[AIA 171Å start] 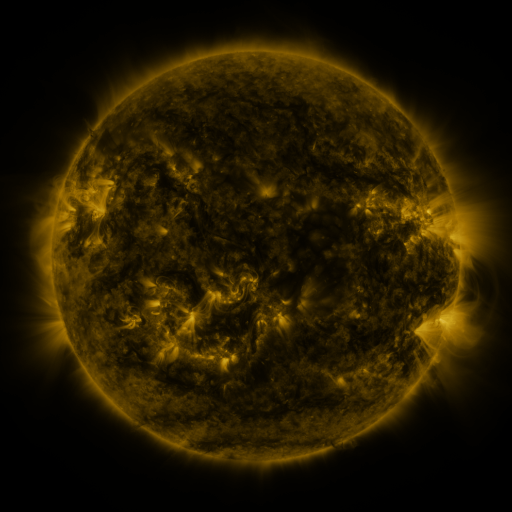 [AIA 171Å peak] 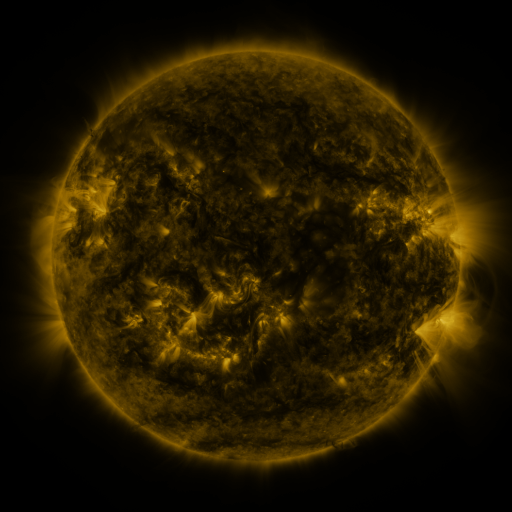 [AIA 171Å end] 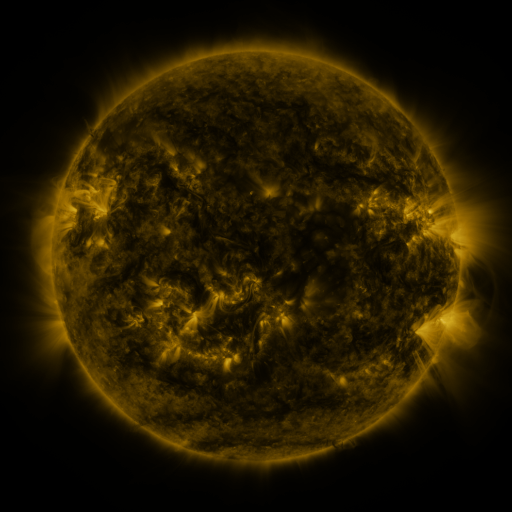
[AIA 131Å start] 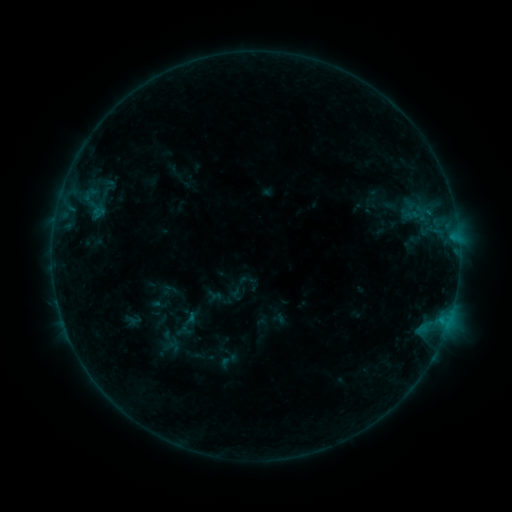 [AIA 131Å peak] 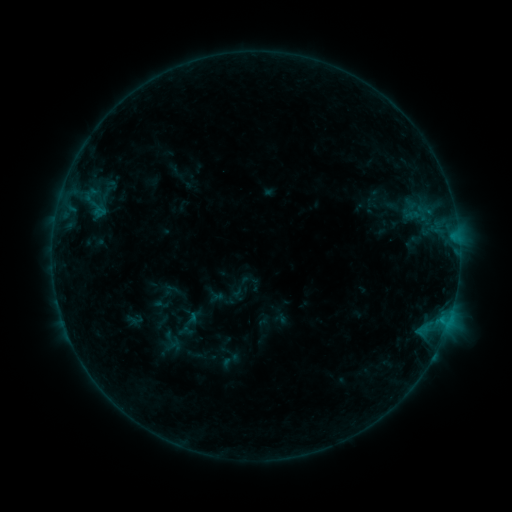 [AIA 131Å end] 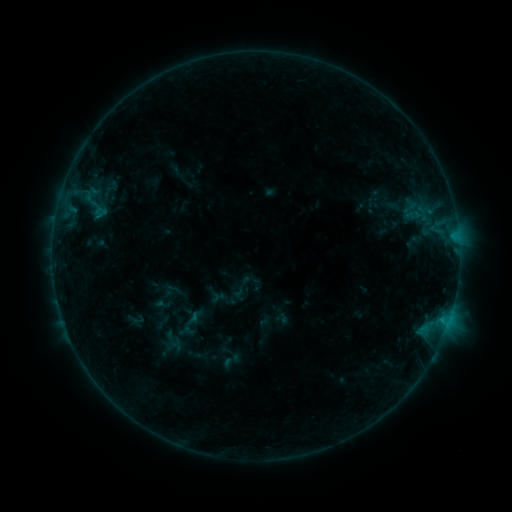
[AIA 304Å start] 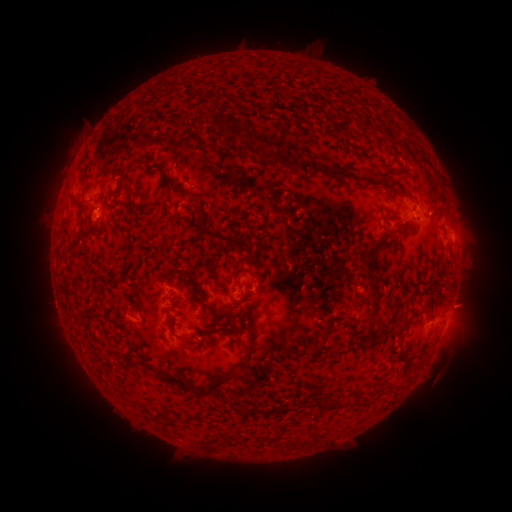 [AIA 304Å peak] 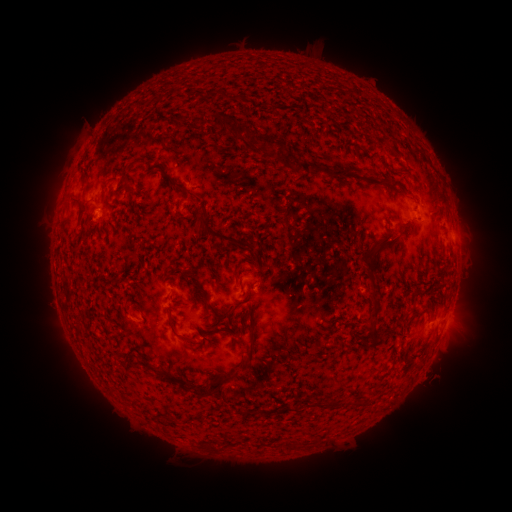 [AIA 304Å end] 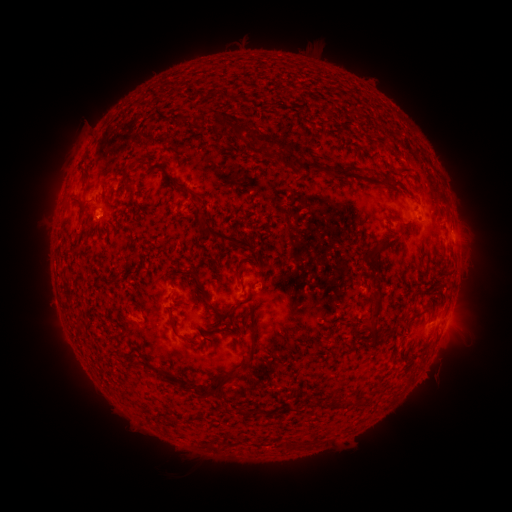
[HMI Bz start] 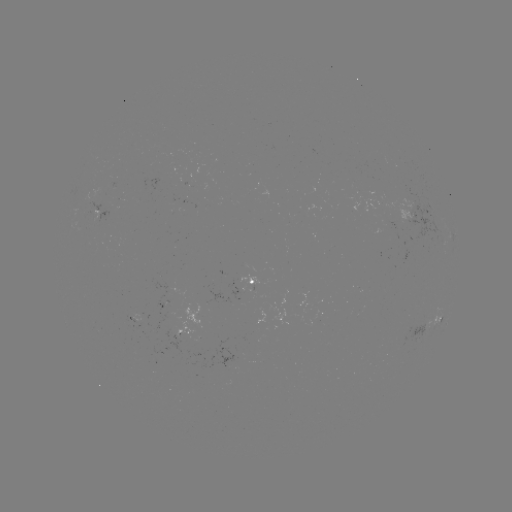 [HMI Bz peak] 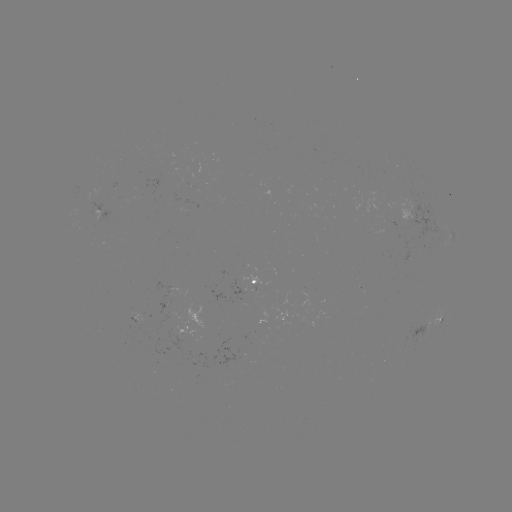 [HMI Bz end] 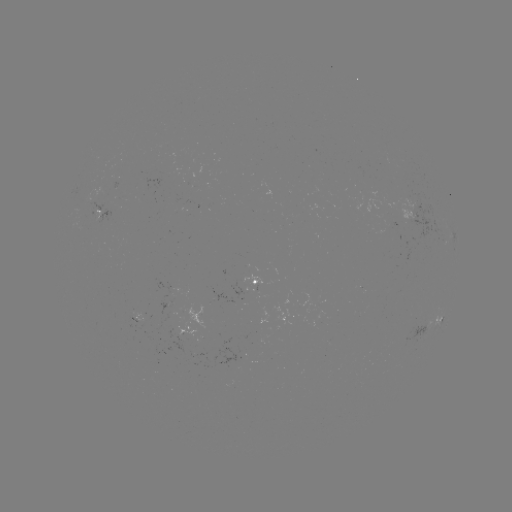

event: emerging-flux region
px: (384, 165)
